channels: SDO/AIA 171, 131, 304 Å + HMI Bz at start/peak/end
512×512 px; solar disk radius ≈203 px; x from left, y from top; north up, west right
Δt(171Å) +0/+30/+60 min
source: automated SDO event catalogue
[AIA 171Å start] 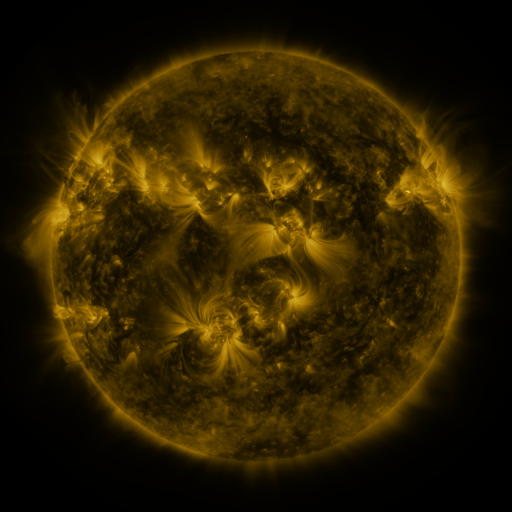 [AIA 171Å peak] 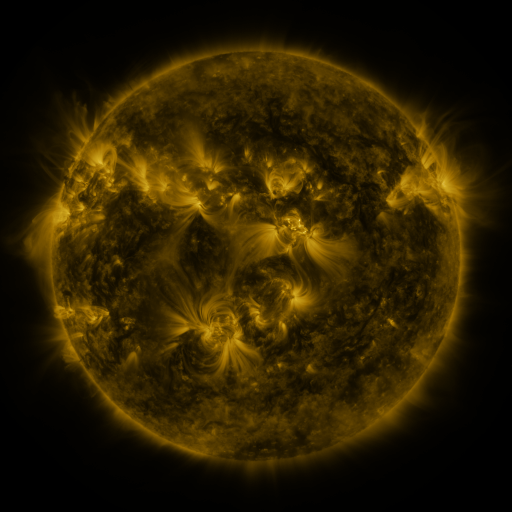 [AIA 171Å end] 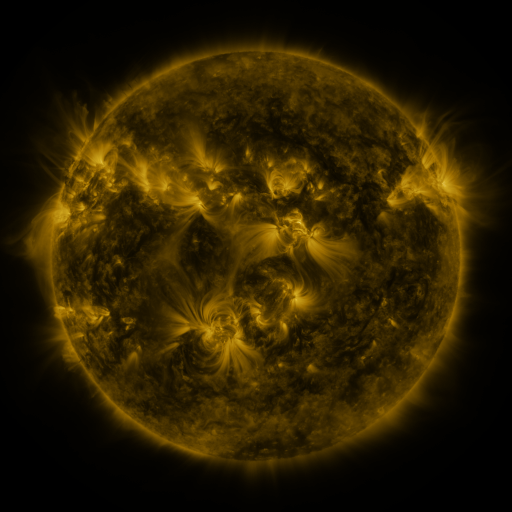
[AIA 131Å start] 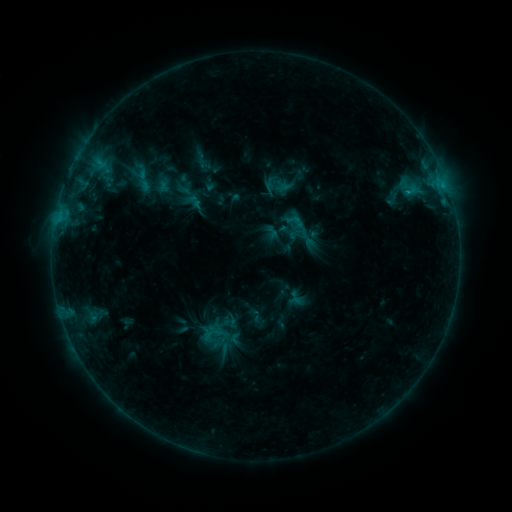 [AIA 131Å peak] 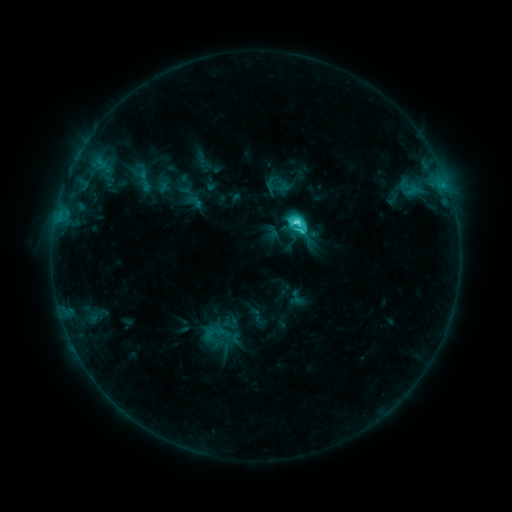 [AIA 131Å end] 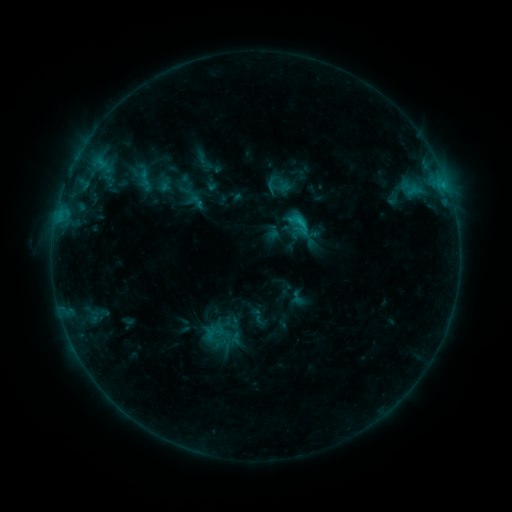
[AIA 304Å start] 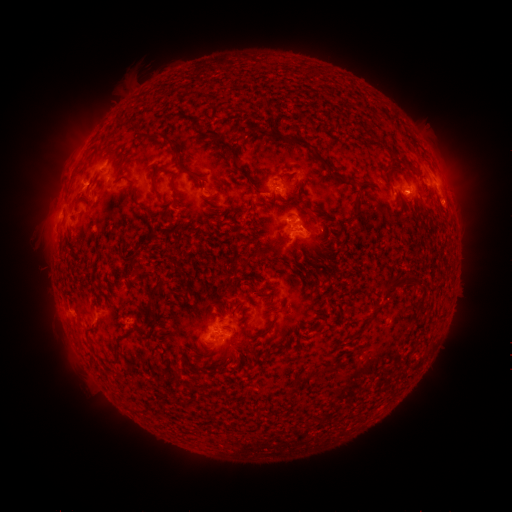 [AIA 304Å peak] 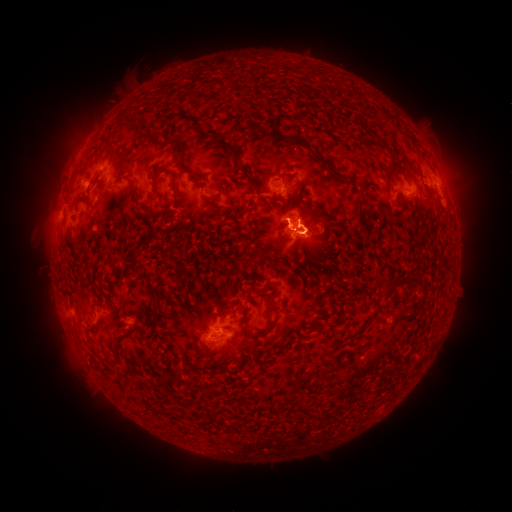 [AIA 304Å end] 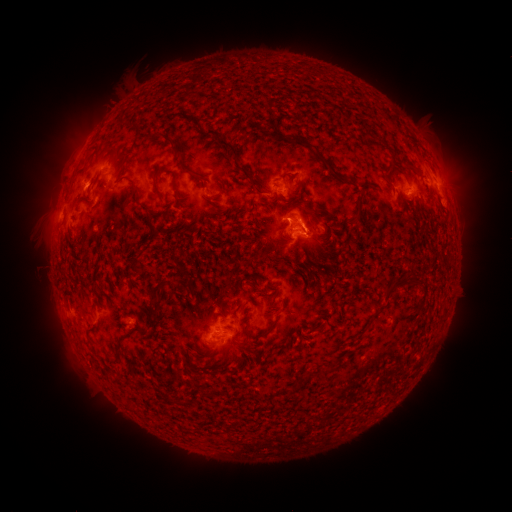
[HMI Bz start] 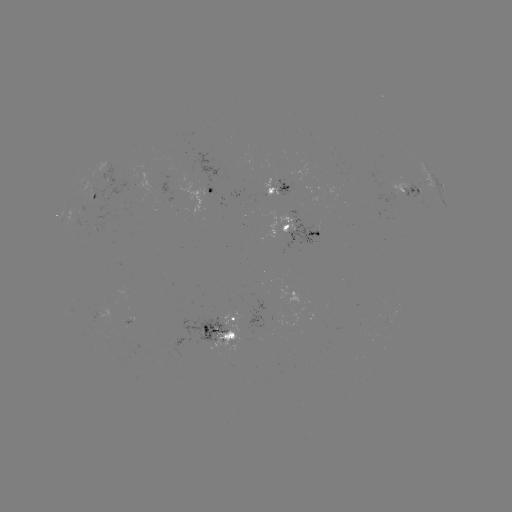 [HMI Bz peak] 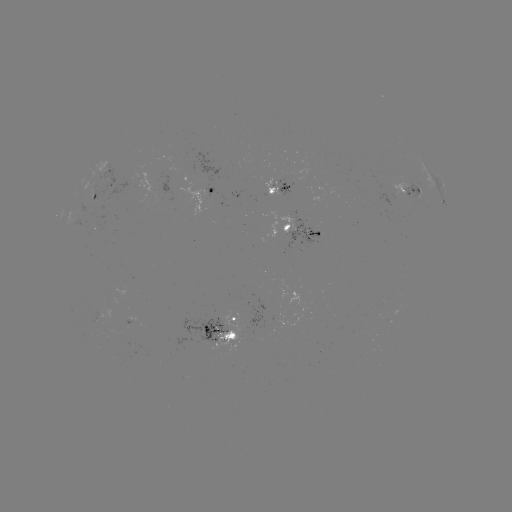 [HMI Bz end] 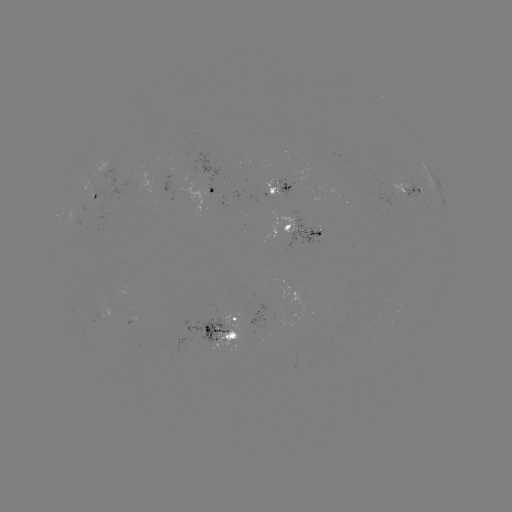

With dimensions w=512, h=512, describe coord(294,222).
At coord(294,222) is C4.9 flare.